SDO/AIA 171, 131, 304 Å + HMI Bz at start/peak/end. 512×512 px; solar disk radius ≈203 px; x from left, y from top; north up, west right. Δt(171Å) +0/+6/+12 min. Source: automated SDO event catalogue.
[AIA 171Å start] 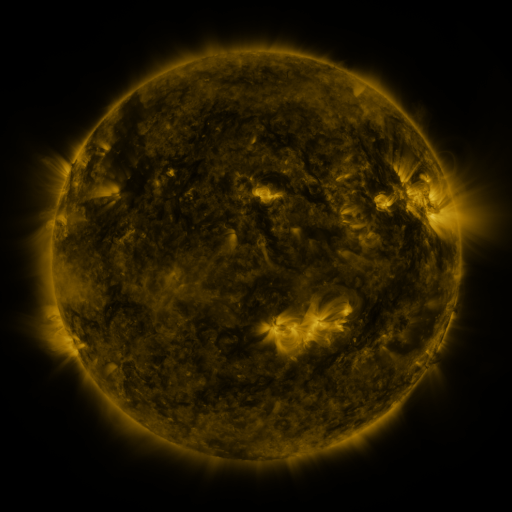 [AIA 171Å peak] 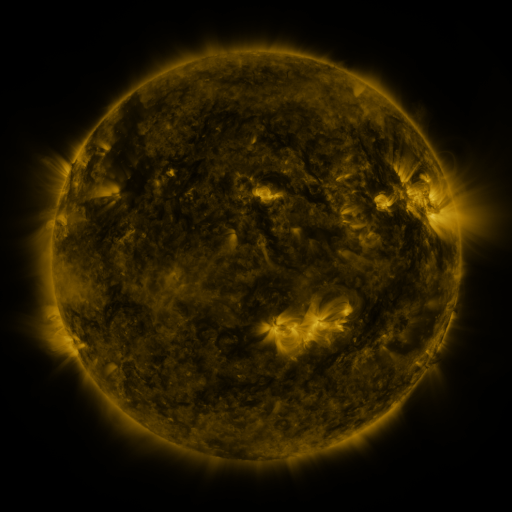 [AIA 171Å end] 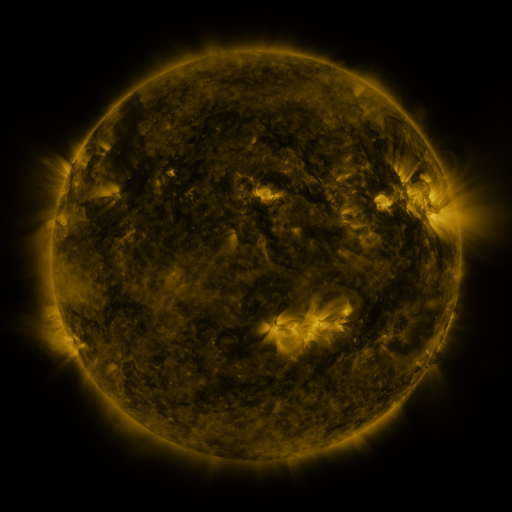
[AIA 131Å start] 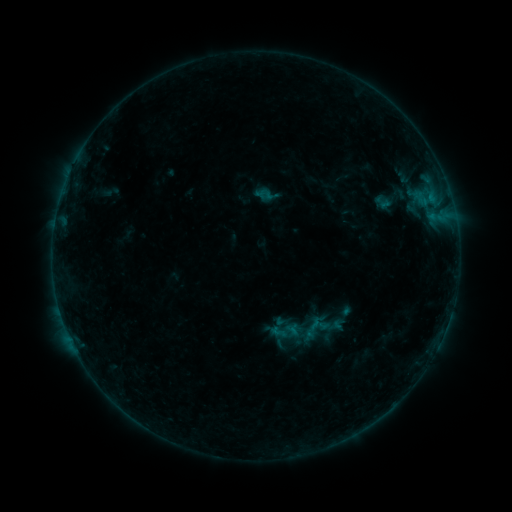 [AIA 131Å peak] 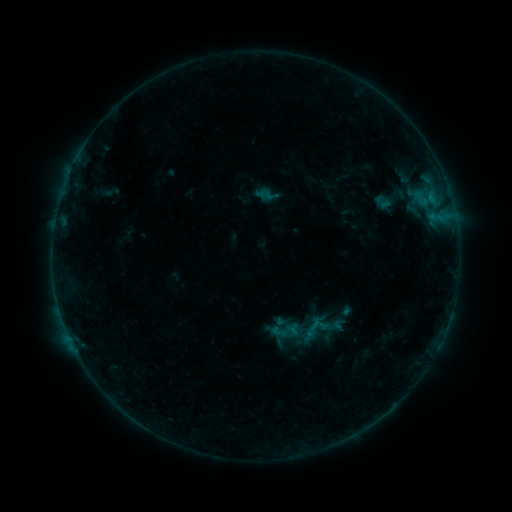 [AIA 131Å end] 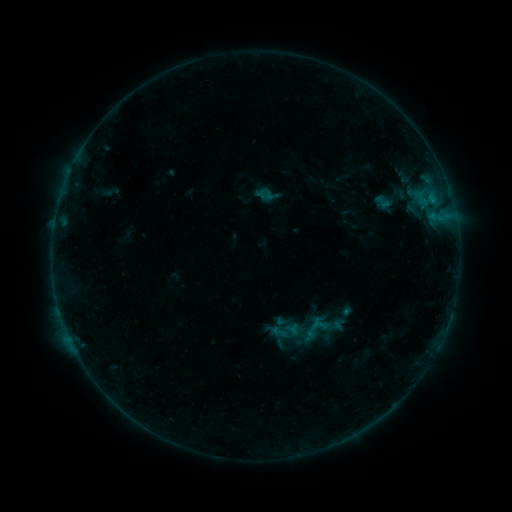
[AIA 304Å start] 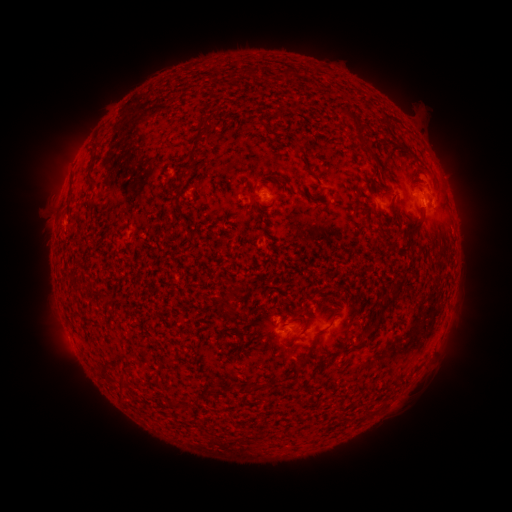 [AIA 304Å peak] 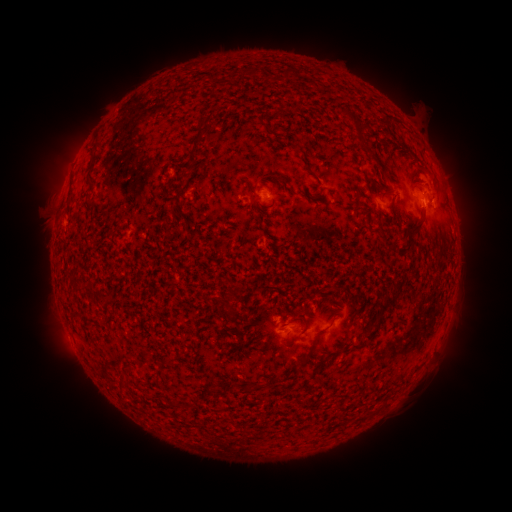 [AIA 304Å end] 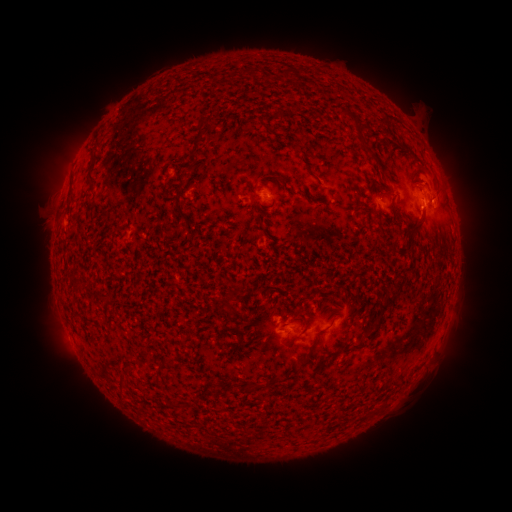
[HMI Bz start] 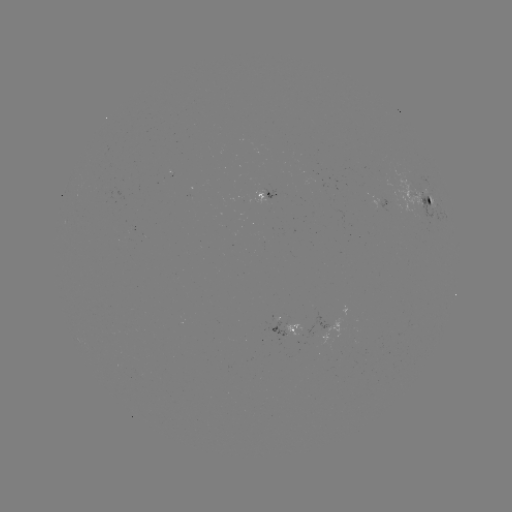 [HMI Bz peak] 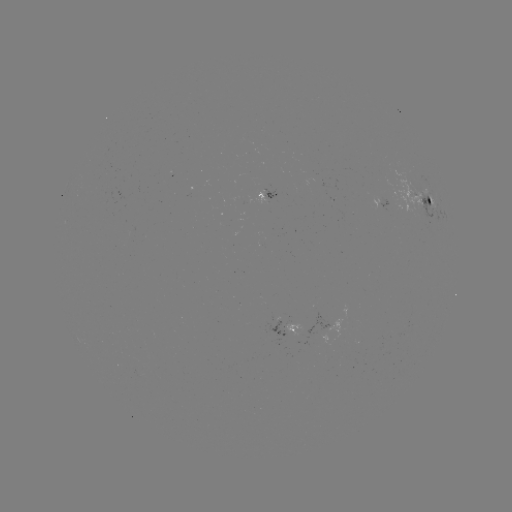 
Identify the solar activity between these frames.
B3.1 flare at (431, 203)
